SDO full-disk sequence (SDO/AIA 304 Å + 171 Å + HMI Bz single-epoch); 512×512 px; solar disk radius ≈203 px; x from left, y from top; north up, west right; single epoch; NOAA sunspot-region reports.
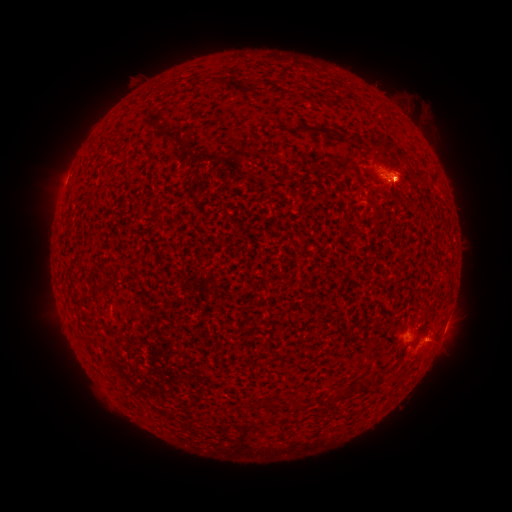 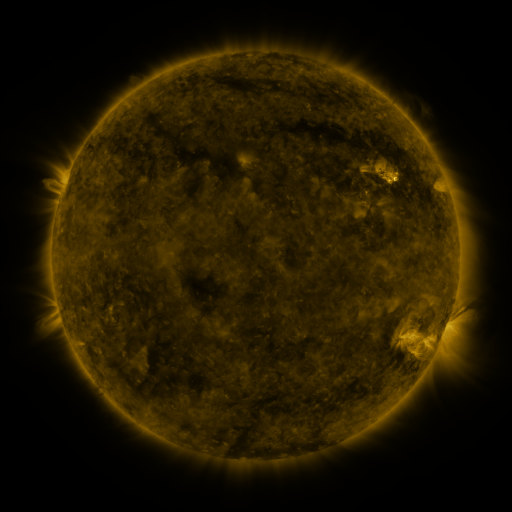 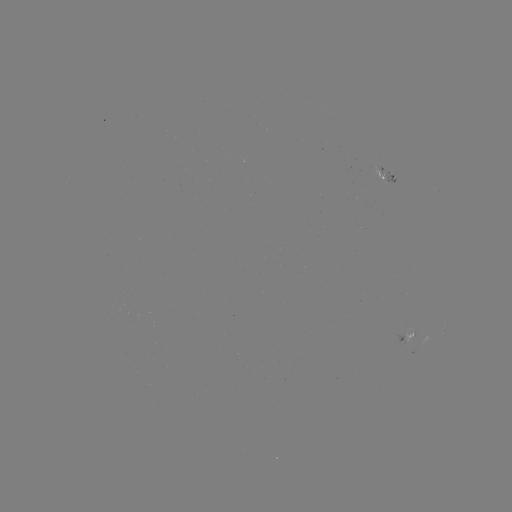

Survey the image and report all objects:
spotted active region: (384, 181)
spotted active region: (444, 332)
spotted active region: (407, 336)
